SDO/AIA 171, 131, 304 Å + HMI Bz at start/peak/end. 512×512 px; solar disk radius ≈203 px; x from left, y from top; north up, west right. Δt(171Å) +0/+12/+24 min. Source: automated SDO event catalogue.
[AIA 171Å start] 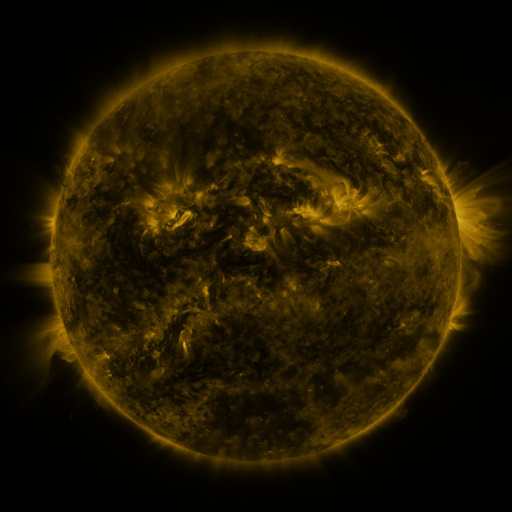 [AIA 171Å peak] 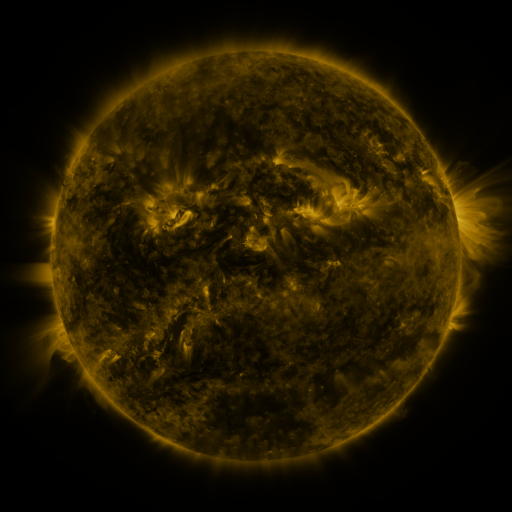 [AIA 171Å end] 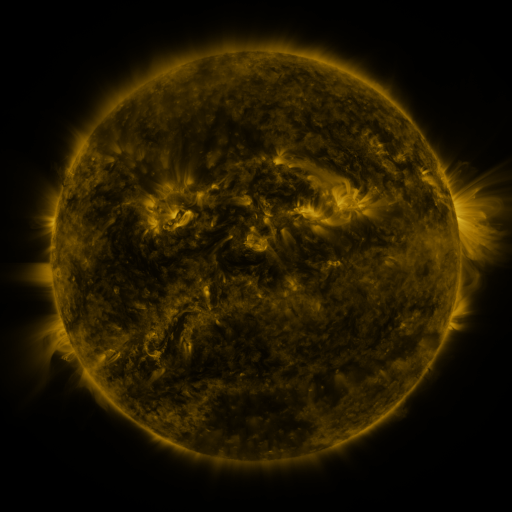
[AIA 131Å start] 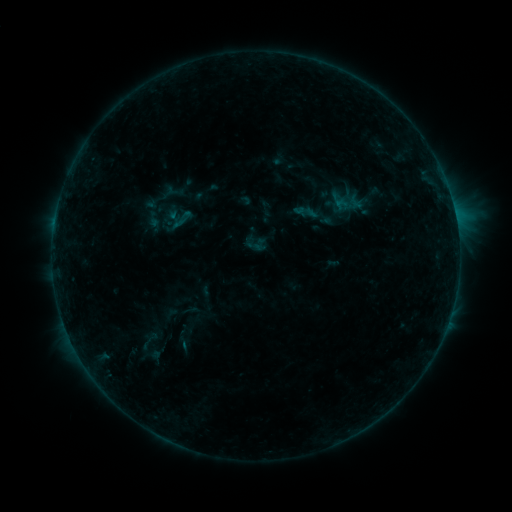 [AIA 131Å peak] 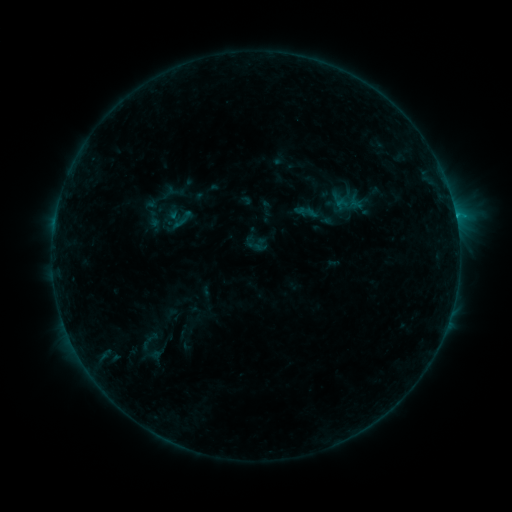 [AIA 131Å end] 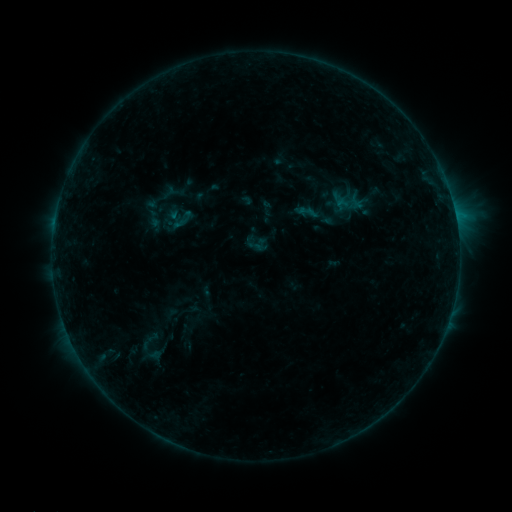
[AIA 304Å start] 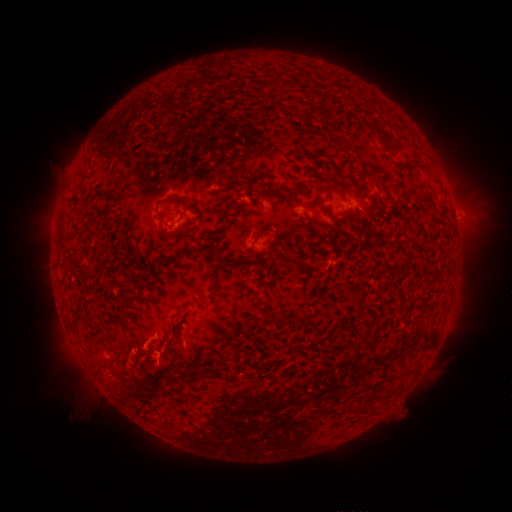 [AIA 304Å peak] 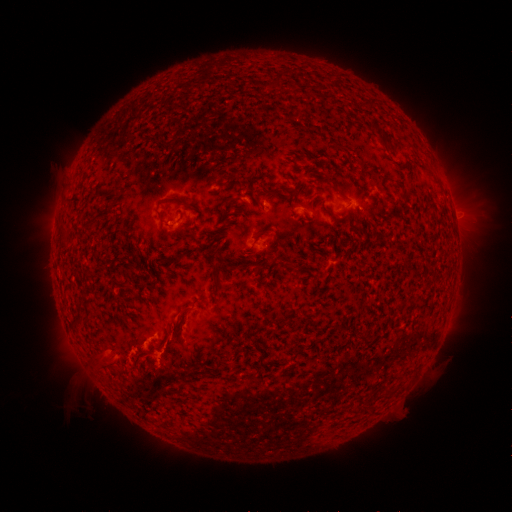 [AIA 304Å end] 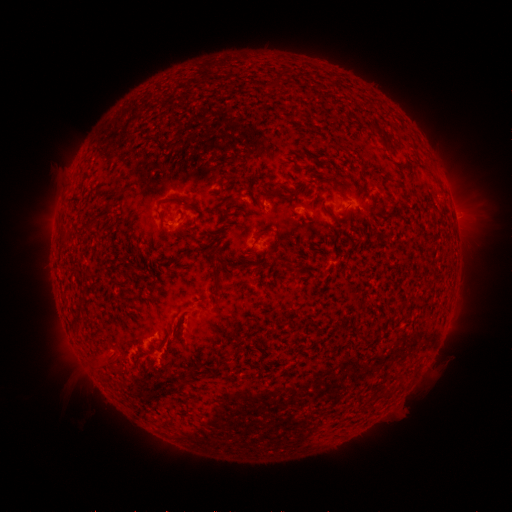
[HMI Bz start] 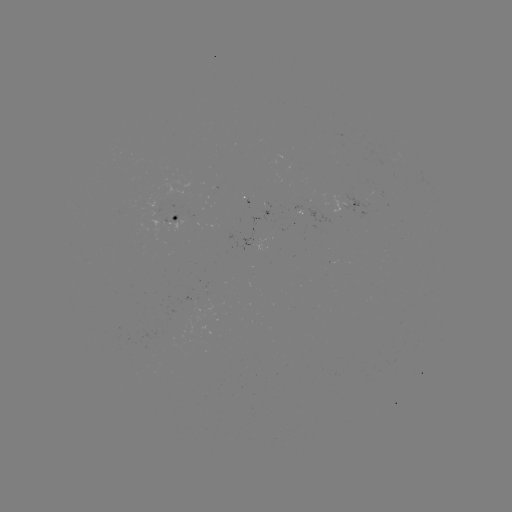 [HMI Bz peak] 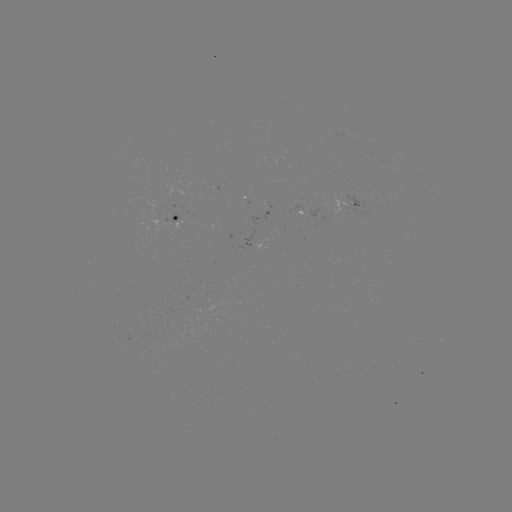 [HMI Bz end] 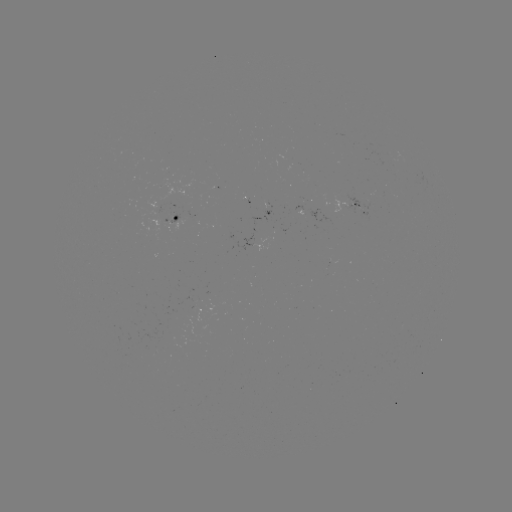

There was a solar flare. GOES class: B7.1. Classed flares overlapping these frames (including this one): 2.